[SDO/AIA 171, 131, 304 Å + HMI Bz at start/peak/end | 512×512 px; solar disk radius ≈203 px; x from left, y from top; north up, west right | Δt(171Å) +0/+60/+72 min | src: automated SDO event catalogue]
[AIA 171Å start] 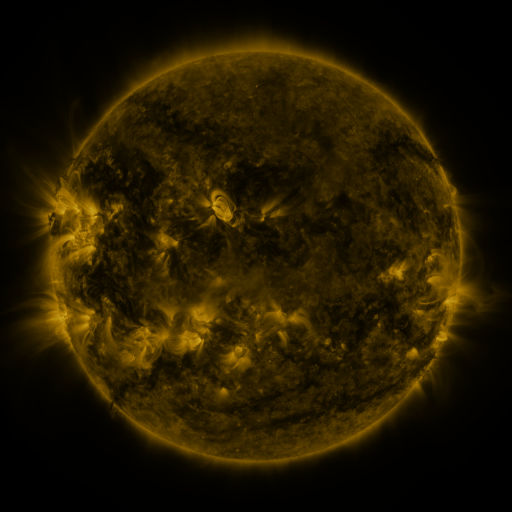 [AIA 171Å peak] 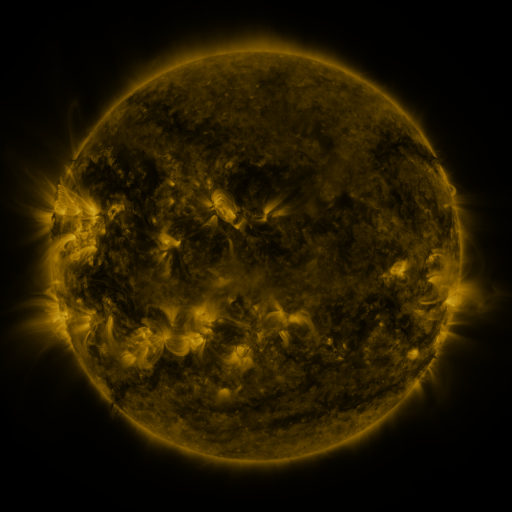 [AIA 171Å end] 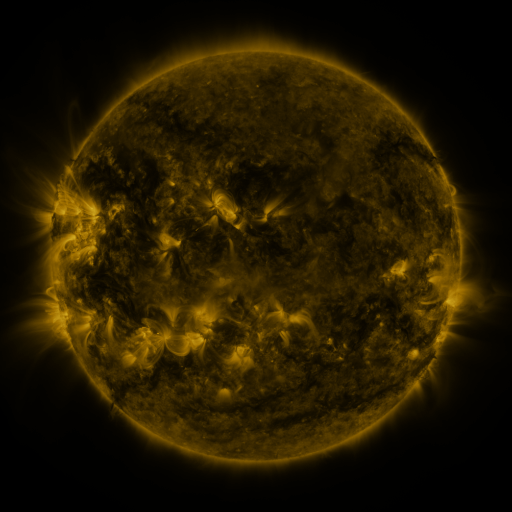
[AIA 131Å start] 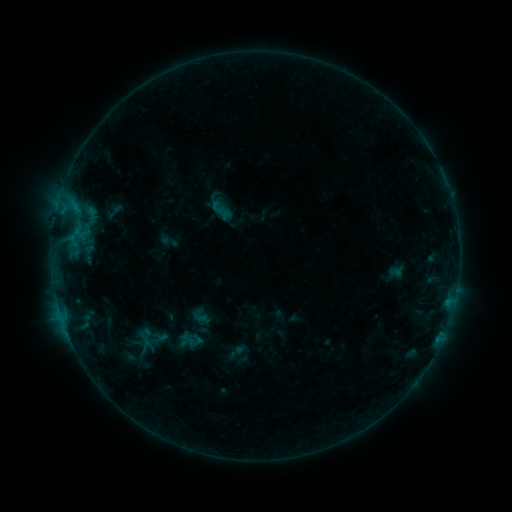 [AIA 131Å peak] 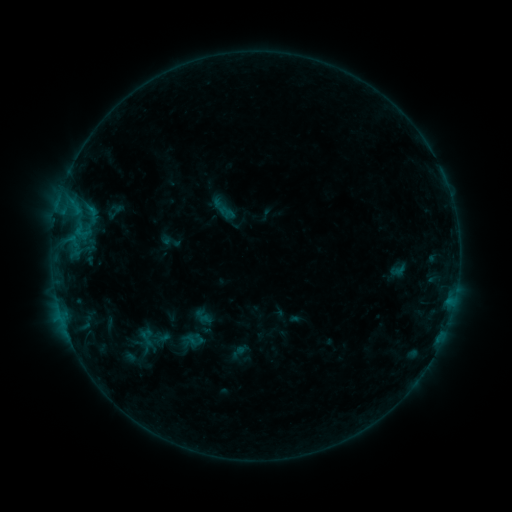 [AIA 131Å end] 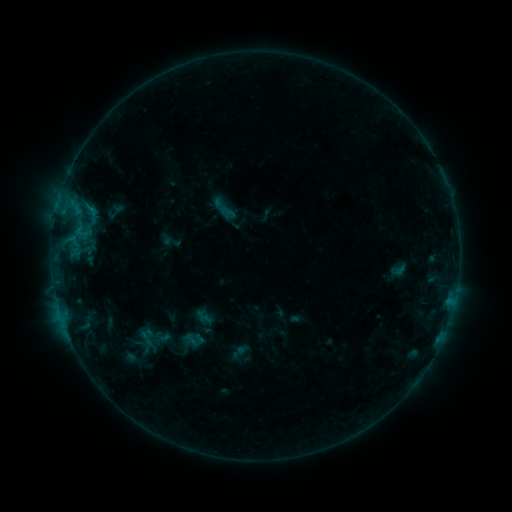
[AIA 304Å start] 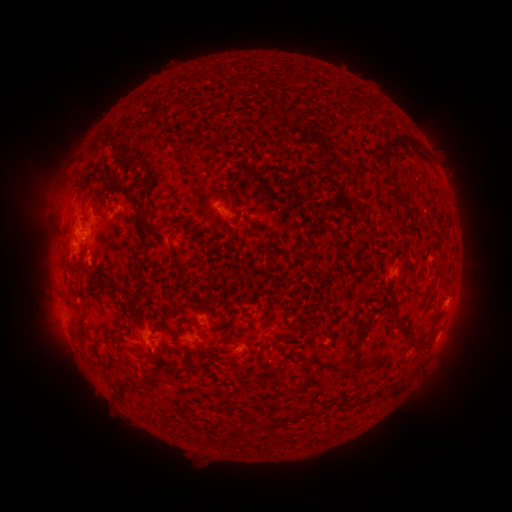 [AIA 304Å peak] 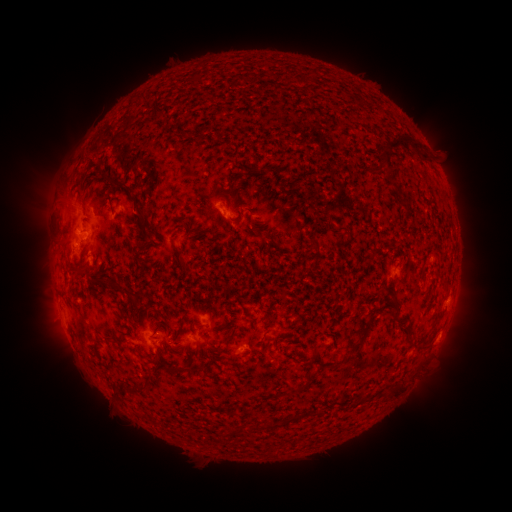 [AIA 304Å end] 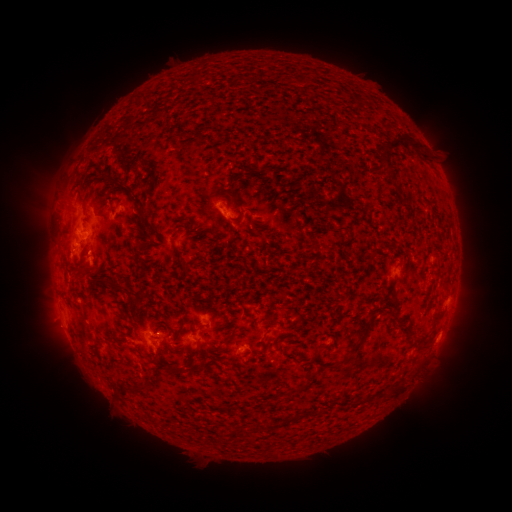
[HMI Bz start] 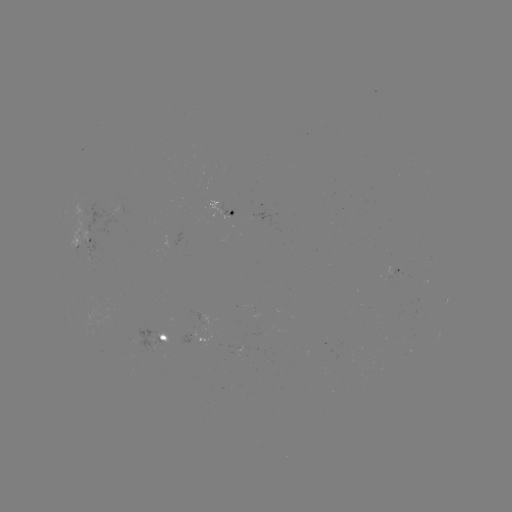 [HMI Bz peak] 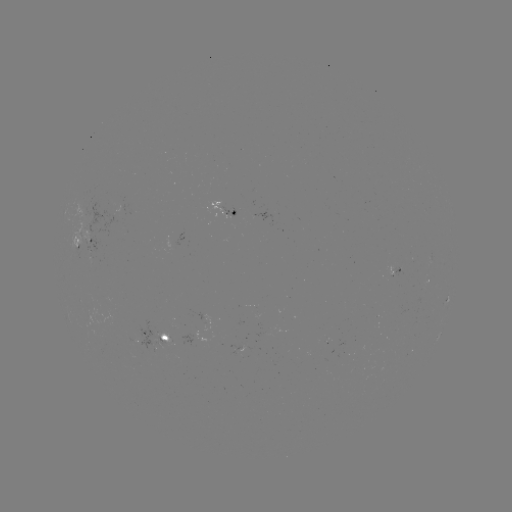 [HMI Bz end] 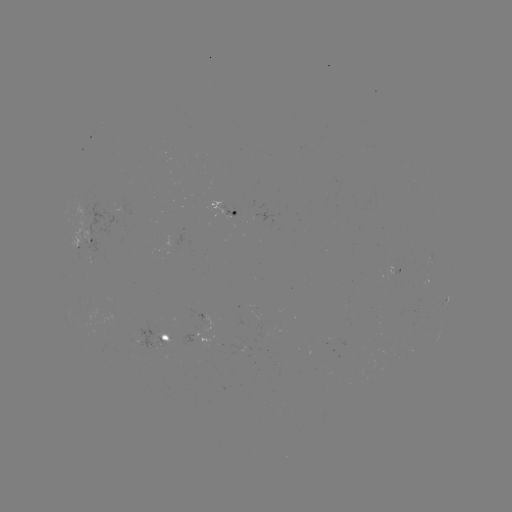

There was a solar emerging-flux region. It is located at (86, 240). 